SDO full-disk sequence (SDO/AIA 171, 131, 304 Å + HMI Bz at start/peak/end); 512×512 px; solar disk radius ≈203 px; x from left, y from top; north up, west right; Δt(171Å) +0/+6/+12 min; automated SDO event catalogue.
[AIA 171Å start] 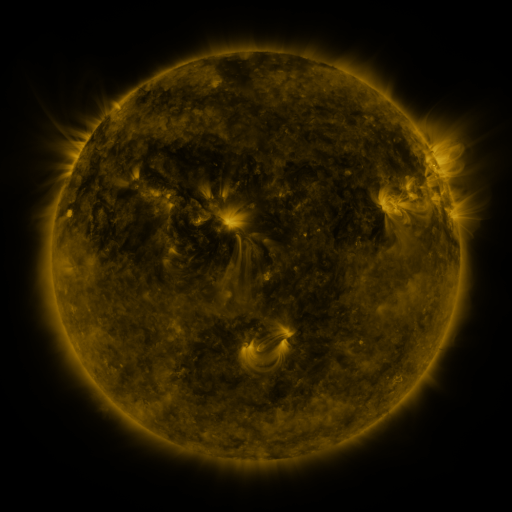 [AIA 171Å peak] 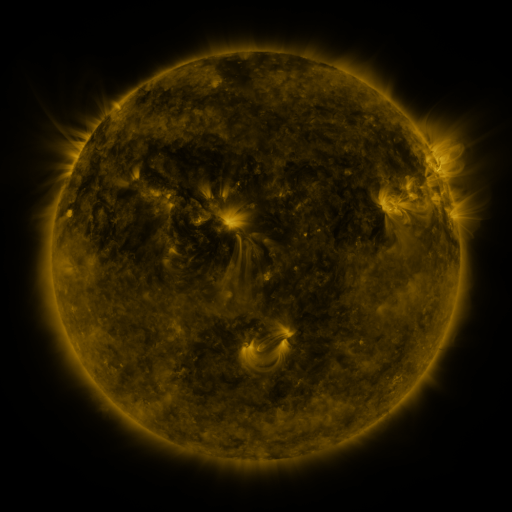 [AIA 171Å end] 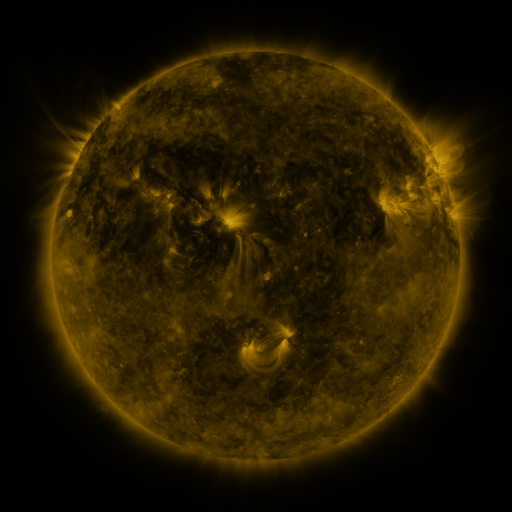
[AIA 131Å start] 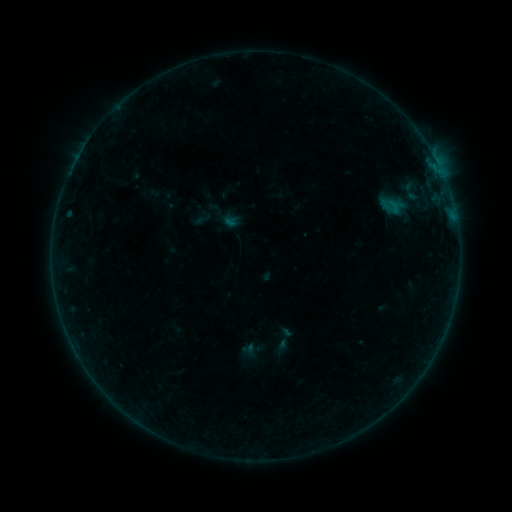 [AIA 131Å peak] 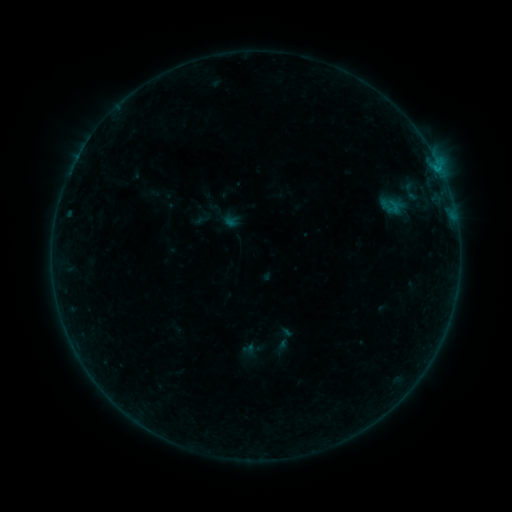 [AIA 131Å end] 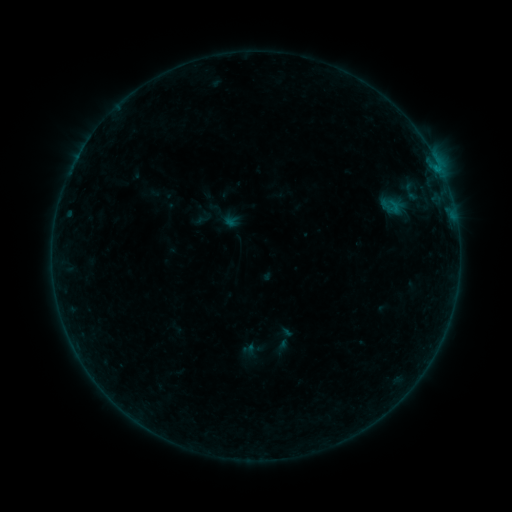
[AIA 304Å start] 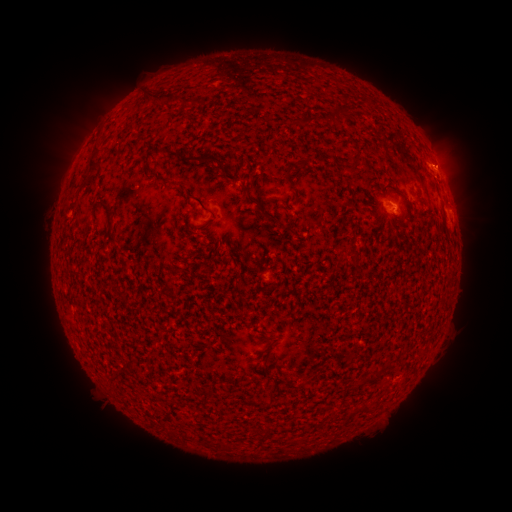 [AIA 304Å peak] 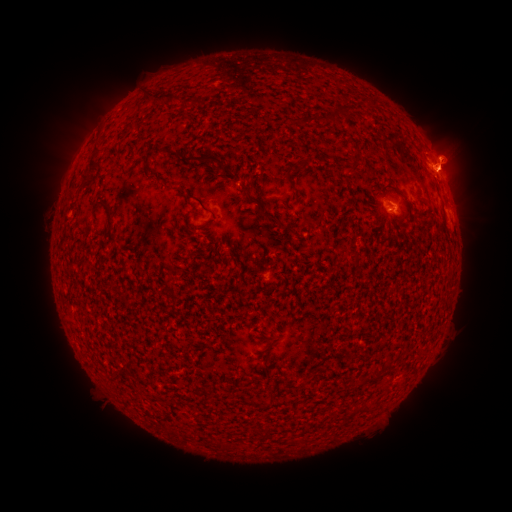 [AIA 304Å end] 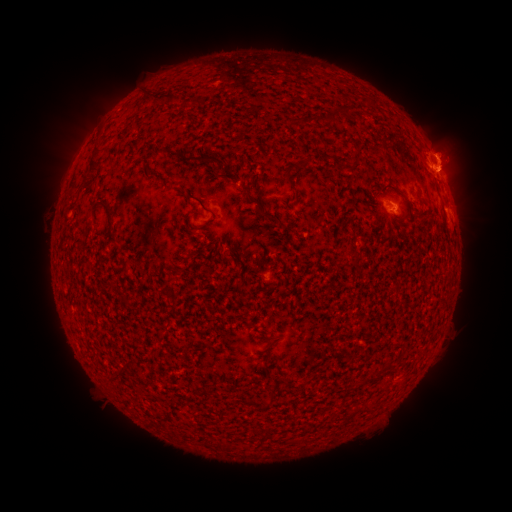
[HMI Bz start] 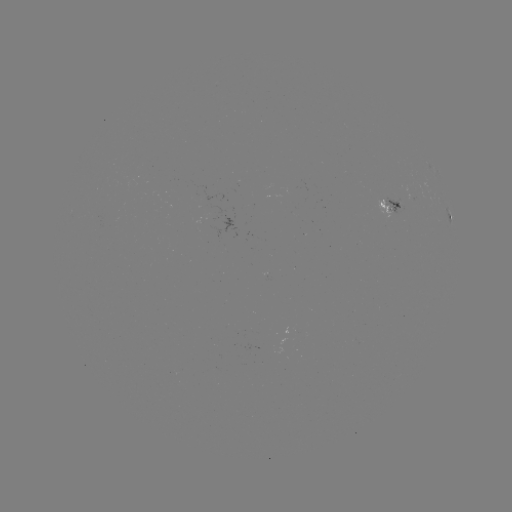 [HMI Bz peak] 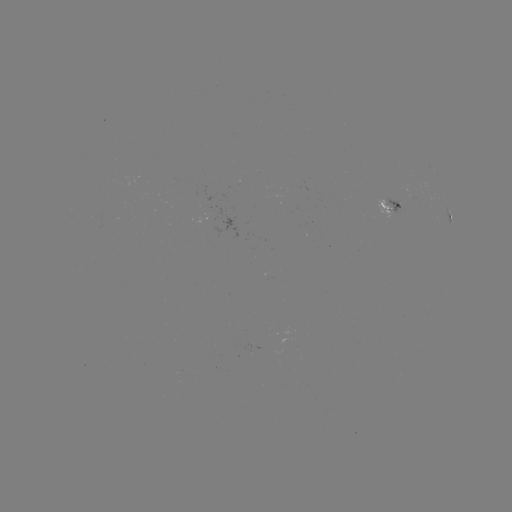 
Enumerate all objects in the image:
B3.3 flare: (439, 173)
